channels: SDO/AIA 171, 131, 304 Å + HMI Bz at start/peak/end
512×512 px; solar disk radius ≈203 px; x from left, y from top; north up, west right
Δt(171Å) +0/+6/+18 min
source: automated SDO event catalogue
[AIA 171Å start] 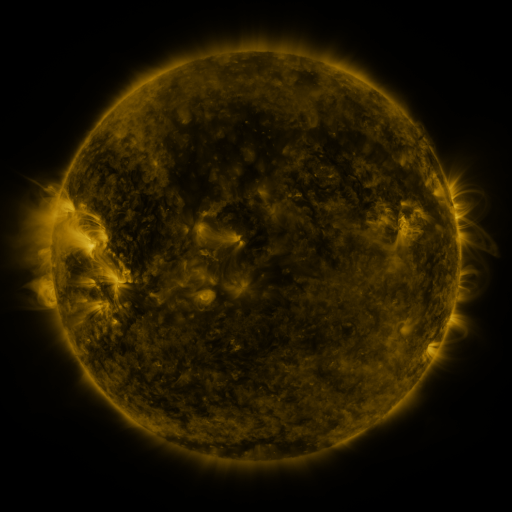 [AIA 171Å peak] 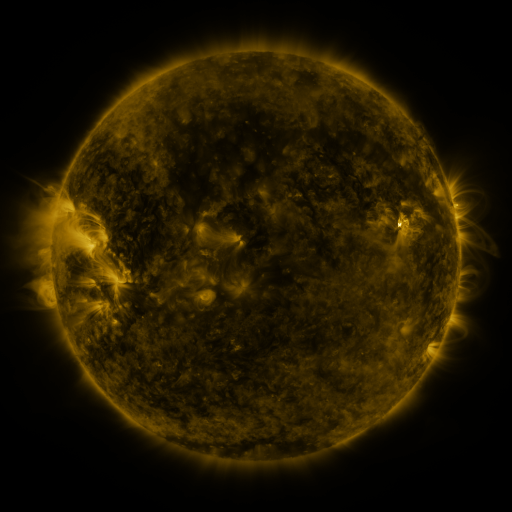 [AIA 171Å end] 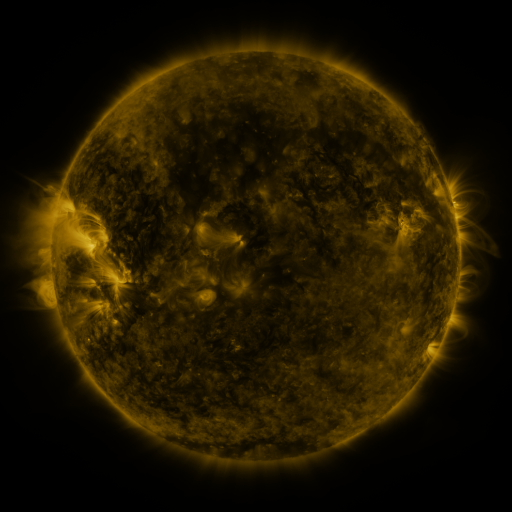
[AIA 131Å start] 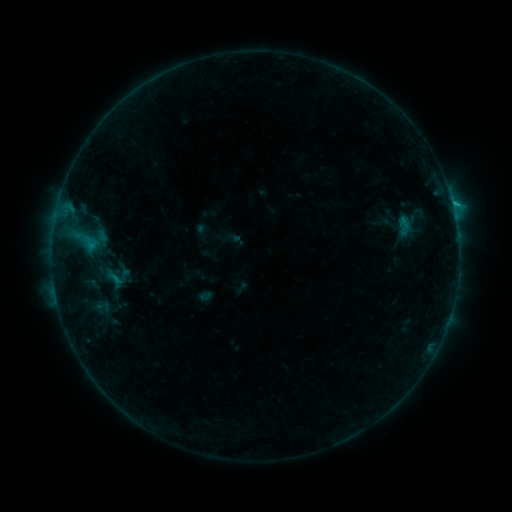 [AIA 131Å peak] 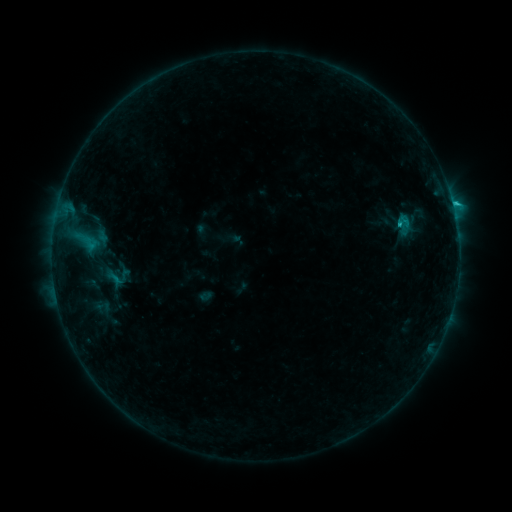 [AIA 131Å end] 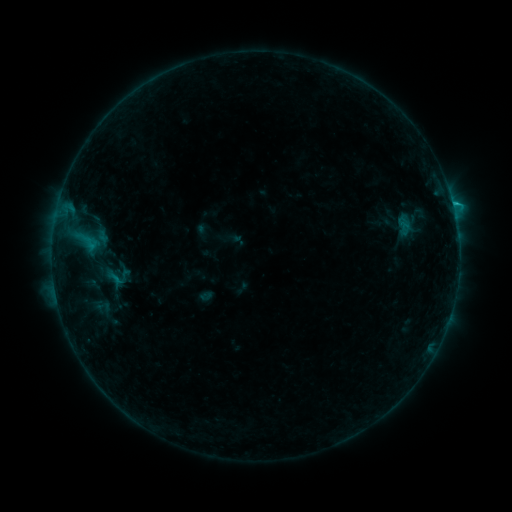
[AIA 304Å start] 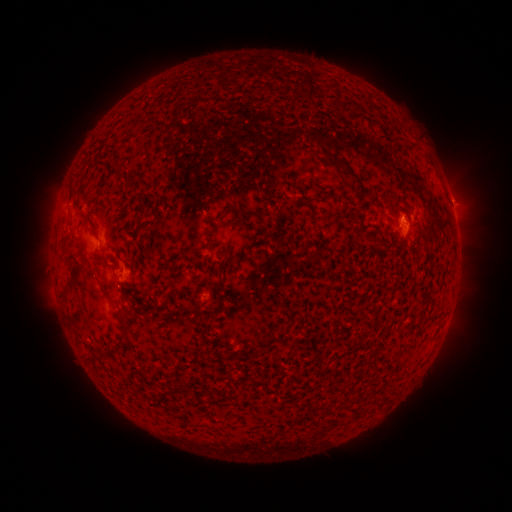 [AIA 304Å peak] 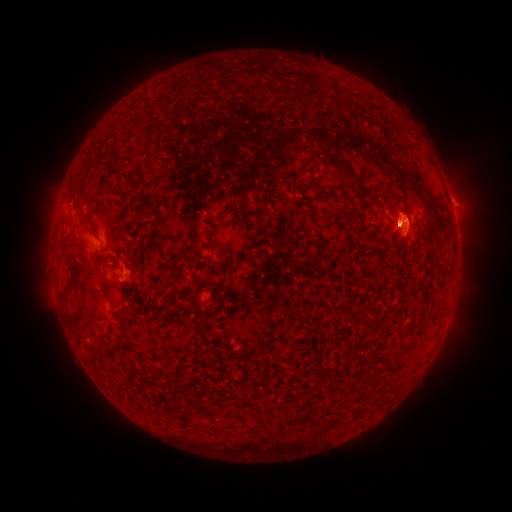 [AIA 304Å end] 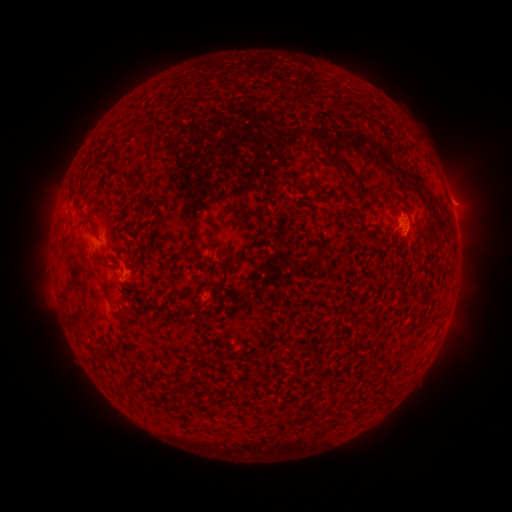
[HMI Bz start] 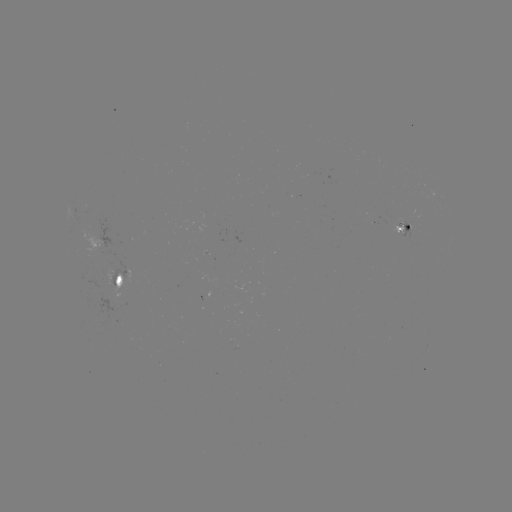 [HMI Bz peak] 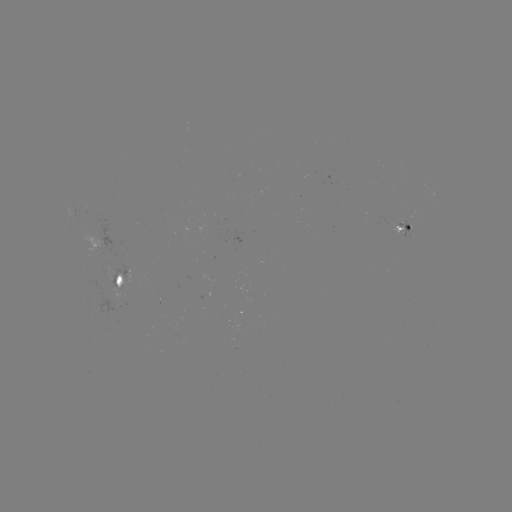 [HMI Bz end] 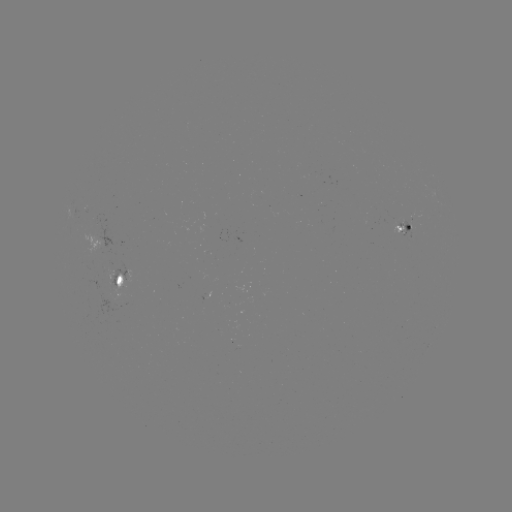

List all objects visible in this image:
B9.3 flare: (453, 206)
